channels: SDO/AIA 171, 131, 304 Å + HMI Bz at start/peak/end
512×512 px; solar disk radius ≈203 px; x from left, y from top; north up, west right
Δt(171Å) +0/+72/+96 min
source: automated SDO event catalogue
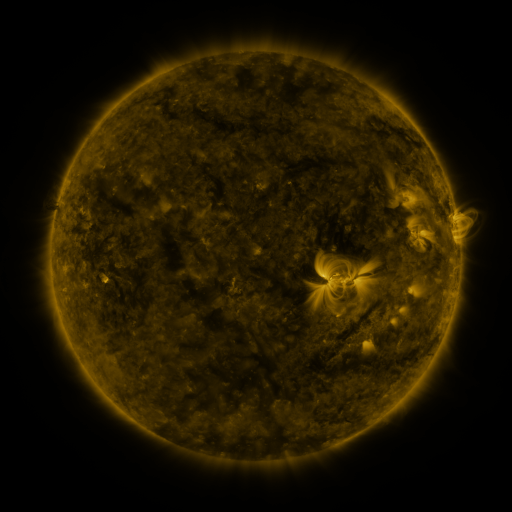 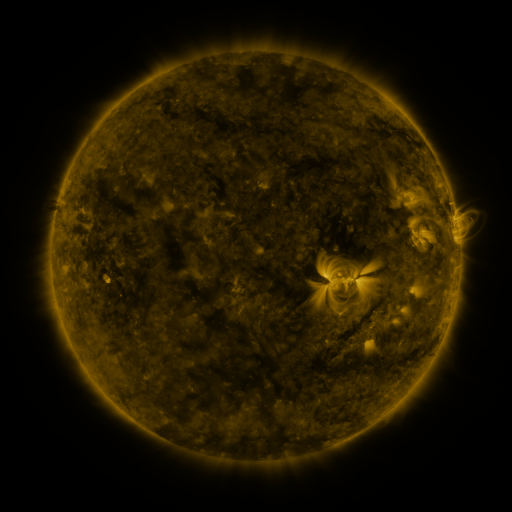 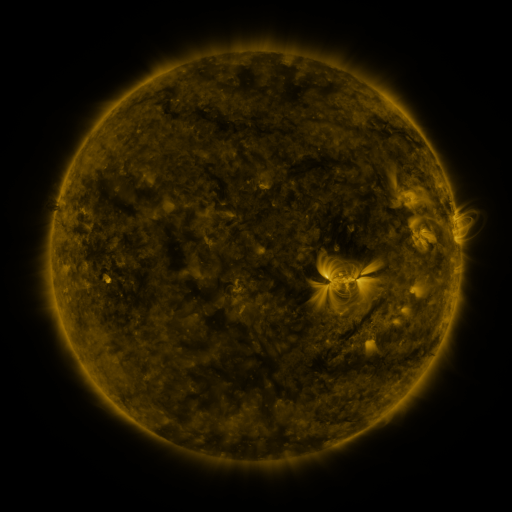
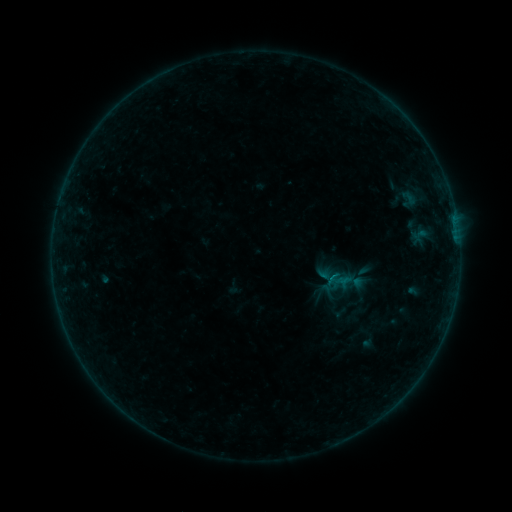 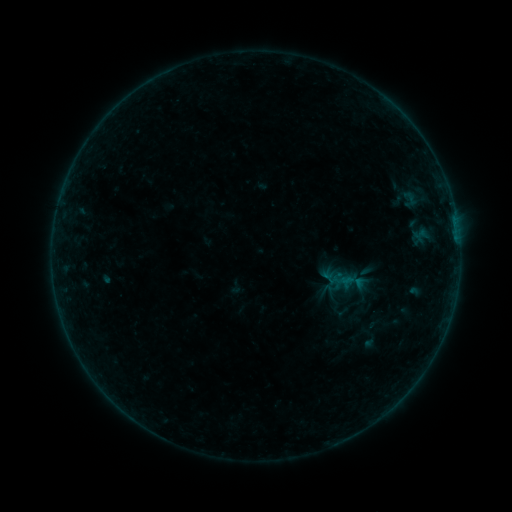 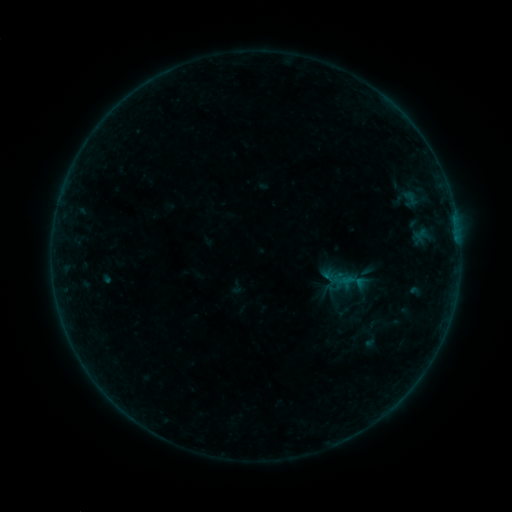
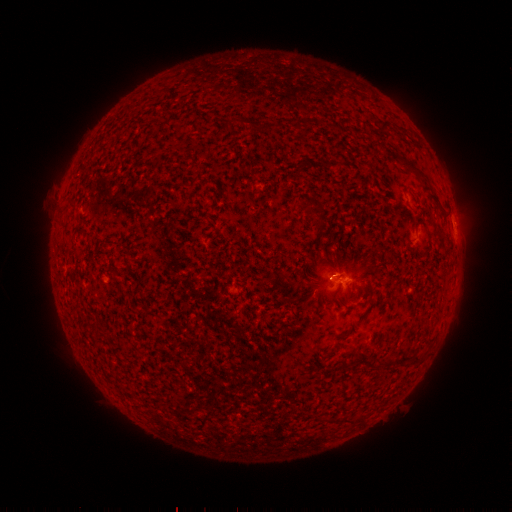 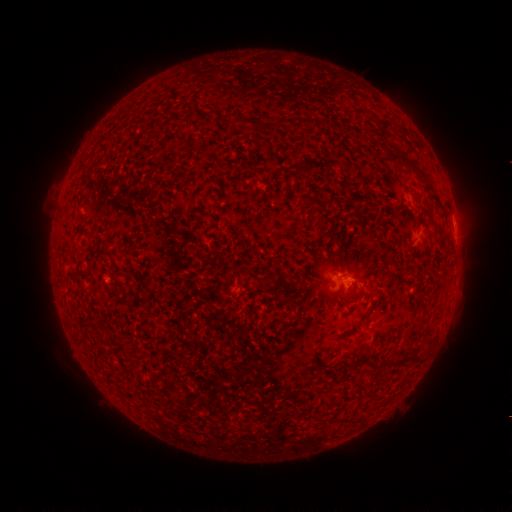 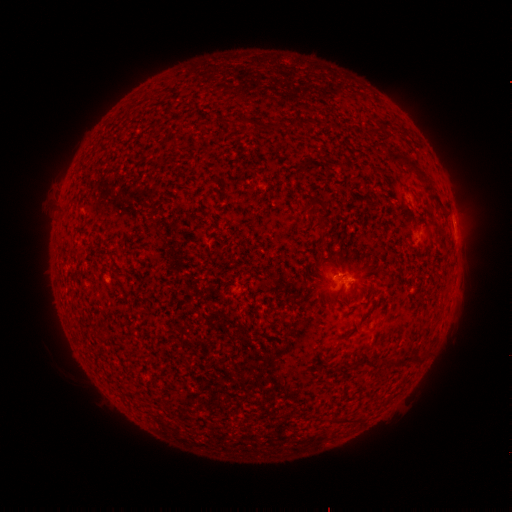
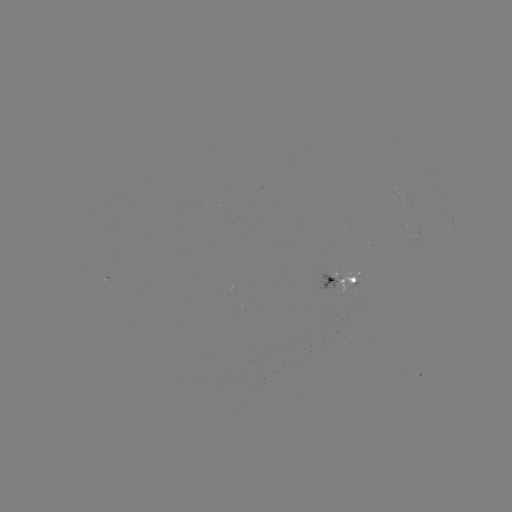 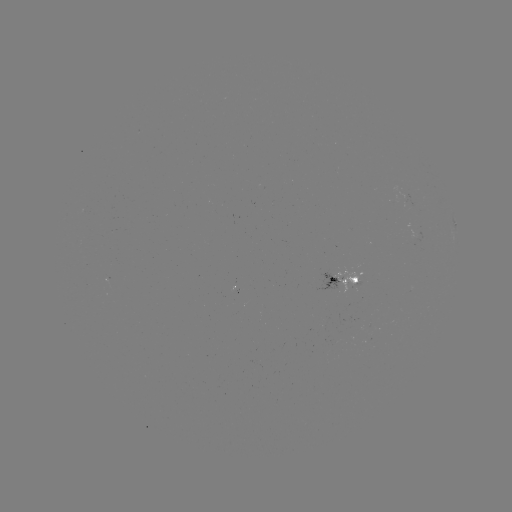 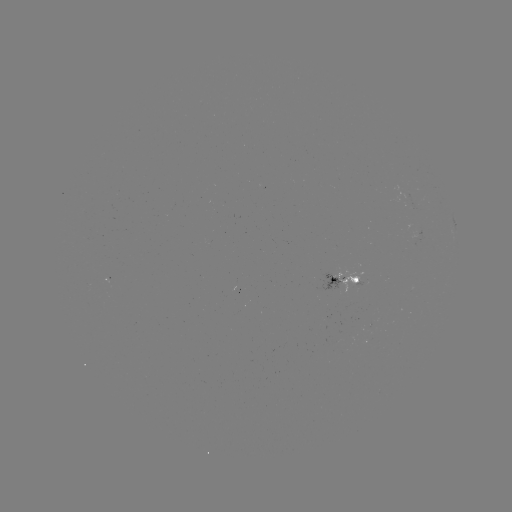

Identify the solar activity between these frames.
emerging-flux region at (332, 279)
